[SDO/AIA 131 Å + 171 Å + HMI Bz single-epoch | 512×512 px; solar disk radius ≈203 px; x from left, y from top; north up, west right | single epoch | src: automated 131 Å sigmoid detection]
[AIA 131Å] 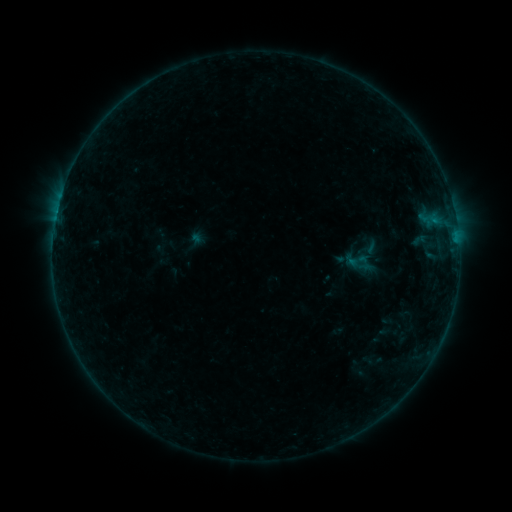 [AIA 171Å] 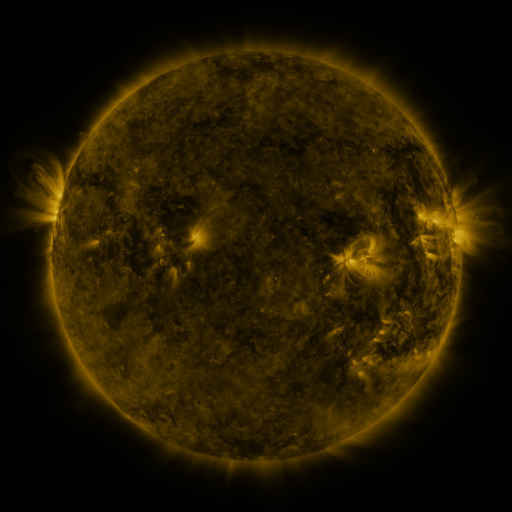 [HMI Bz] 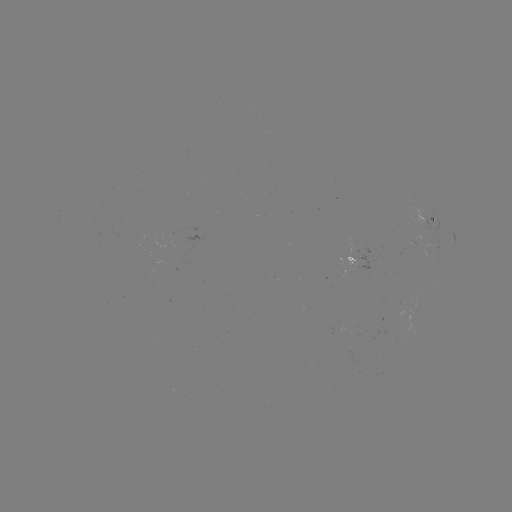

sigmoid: [345, 248, 370, 271]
